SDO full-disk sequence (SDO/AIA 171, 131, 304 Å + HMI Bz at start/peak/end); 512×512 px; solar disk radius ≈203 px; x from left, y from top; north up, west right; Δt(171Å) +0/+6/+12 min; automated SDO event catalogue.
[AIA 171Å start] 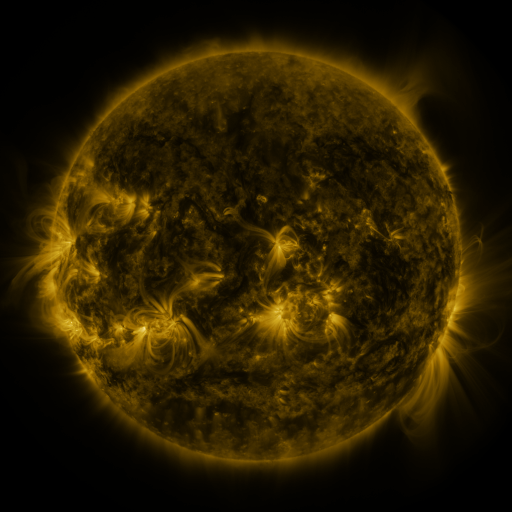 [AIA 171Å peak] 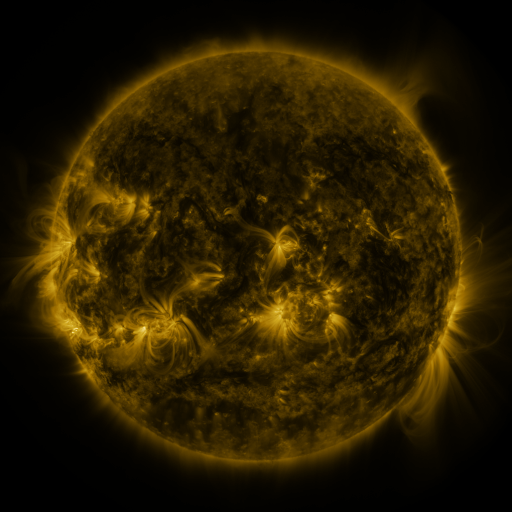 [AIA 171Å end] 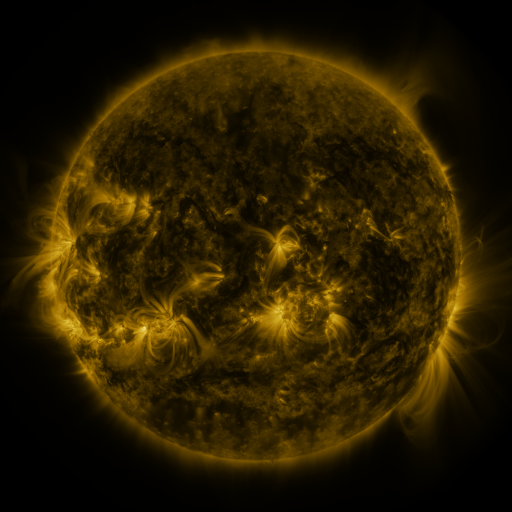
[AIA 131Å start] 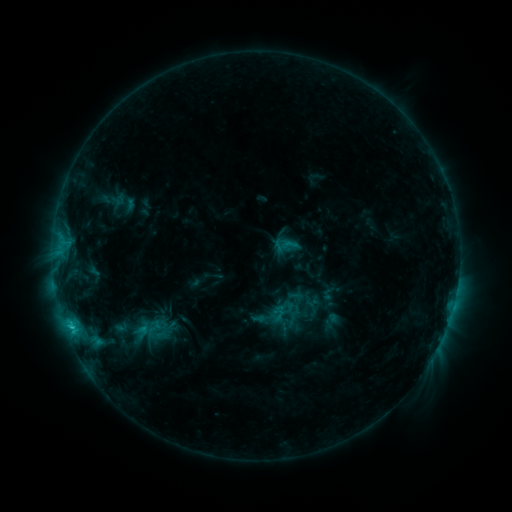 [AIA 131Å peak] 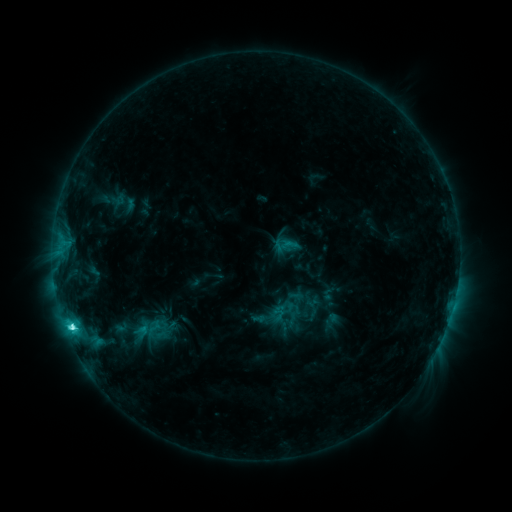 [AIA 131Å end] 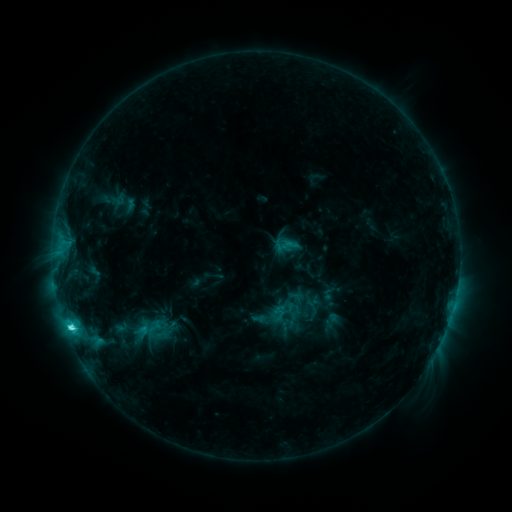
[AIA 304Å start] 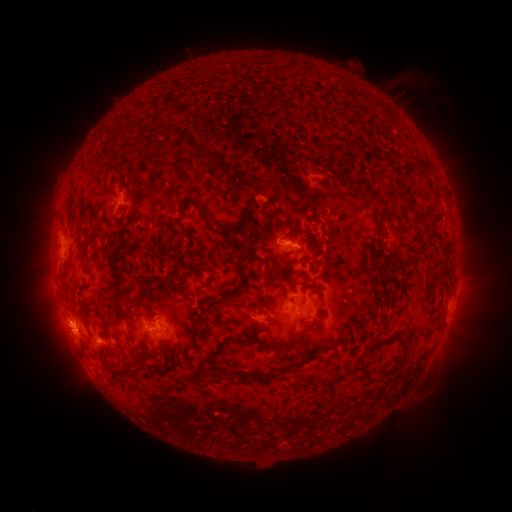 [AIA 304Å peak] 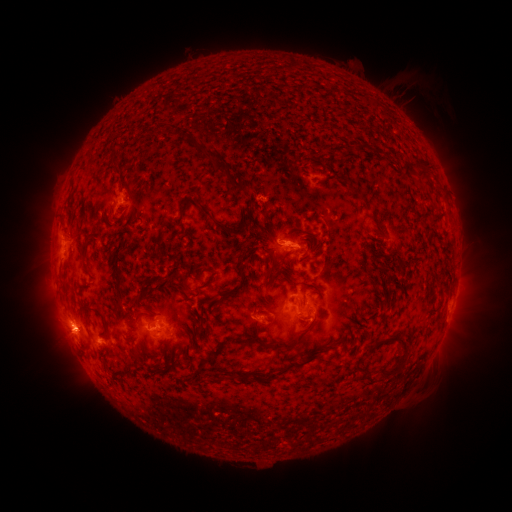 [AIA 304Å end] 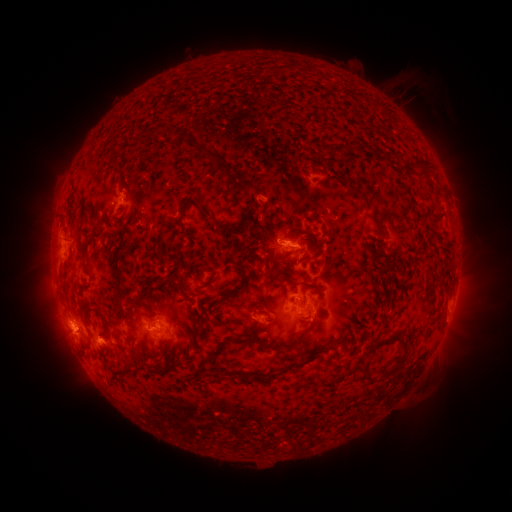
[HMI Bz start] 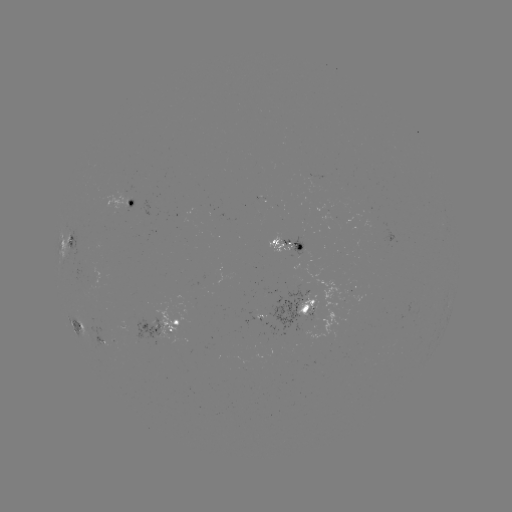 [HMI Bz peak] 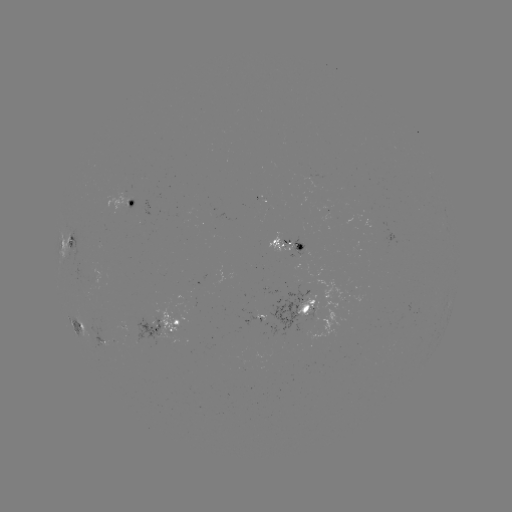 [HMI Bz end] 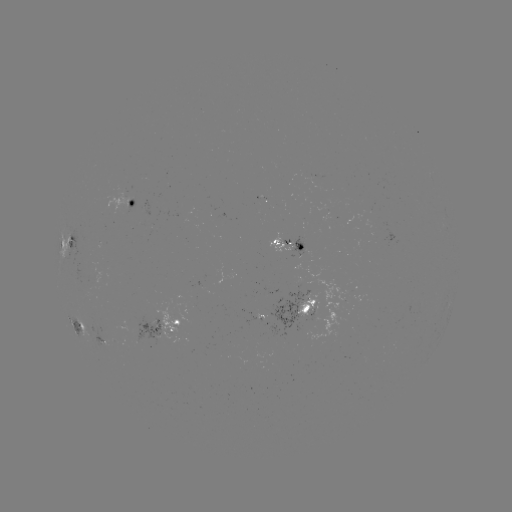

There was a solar flare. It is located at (73, 326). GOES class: C5.0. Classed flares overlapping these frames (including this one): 1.